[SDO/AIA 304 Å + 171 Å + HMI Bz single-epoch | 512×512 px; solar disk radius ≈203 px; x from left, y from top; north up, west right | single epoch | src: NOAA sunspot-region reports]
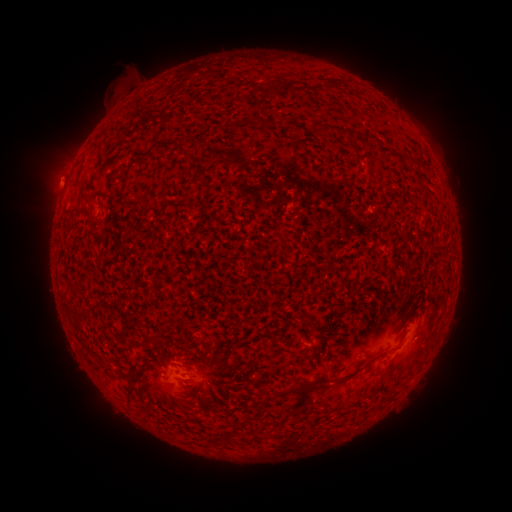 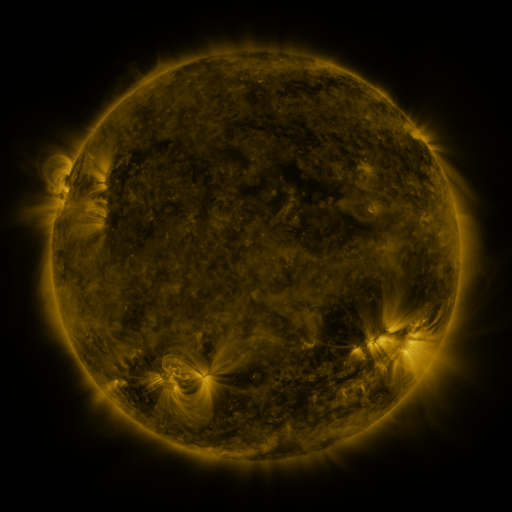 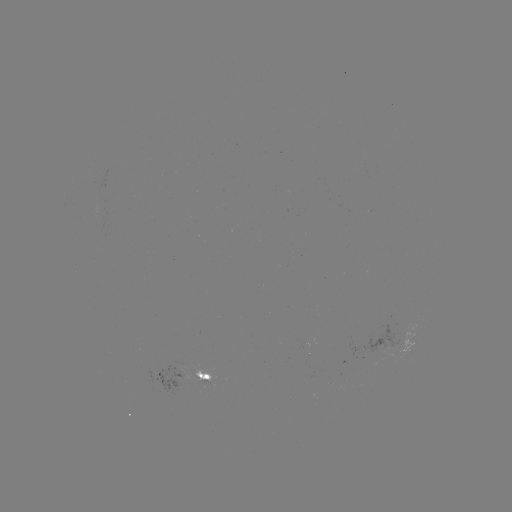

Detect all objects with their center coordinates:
spotted active region: (407, 342)
spotted active region: (184, 377)
